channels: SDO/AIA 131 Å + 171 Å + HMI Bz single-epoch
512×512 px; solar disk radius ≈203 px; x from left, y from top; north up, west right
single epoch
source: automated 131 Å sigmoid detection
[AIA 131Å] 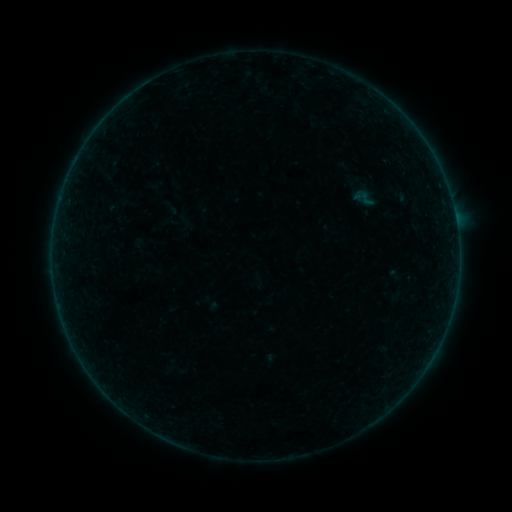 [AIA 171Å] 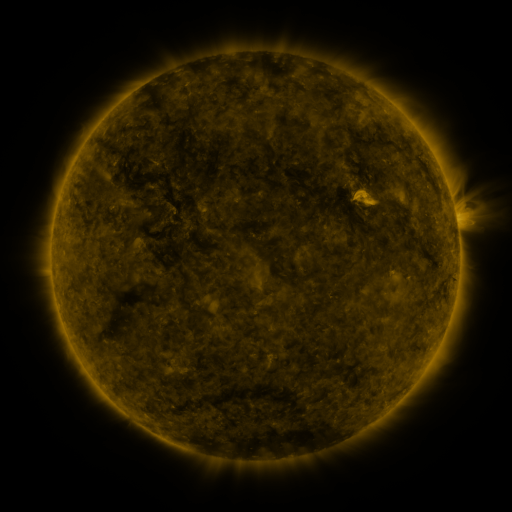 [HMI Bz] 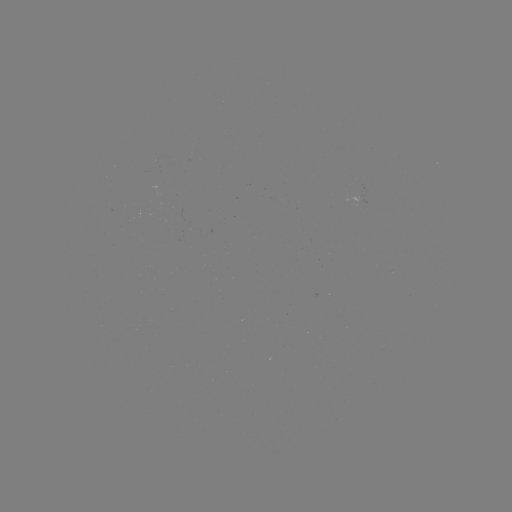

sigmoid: [347, 185, 379, 211]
